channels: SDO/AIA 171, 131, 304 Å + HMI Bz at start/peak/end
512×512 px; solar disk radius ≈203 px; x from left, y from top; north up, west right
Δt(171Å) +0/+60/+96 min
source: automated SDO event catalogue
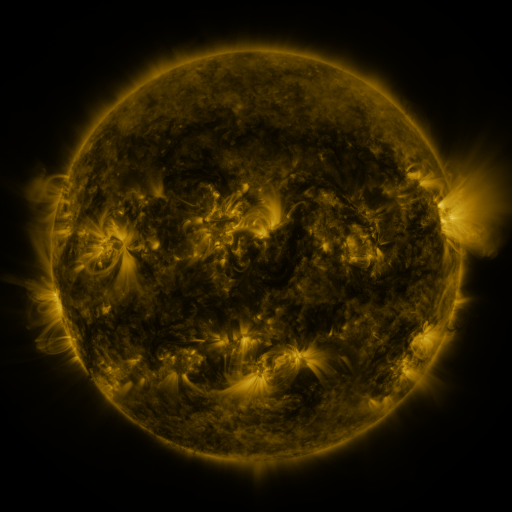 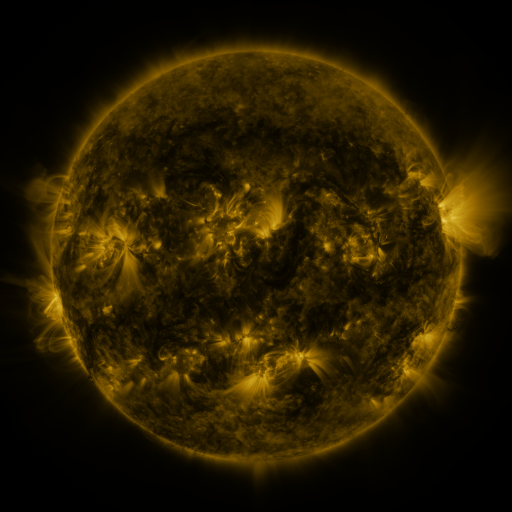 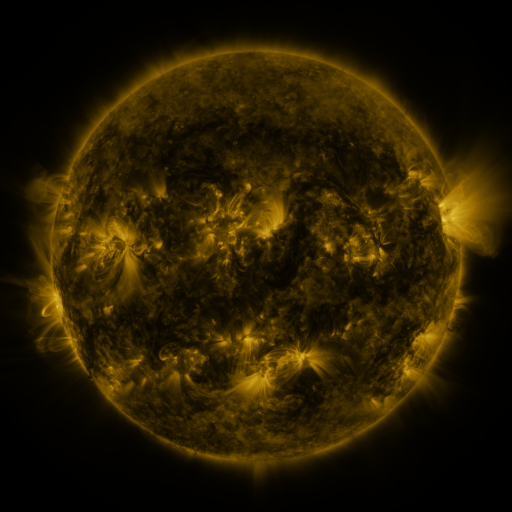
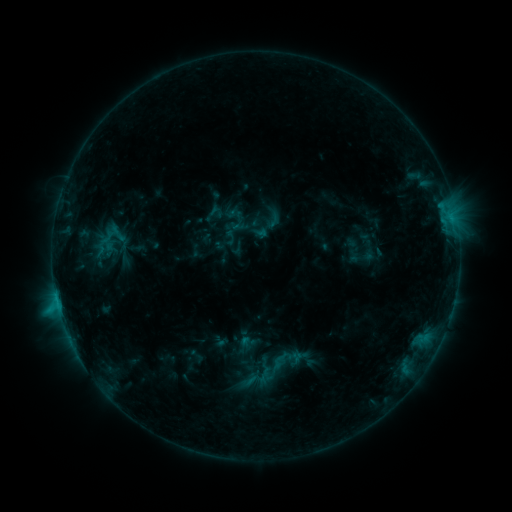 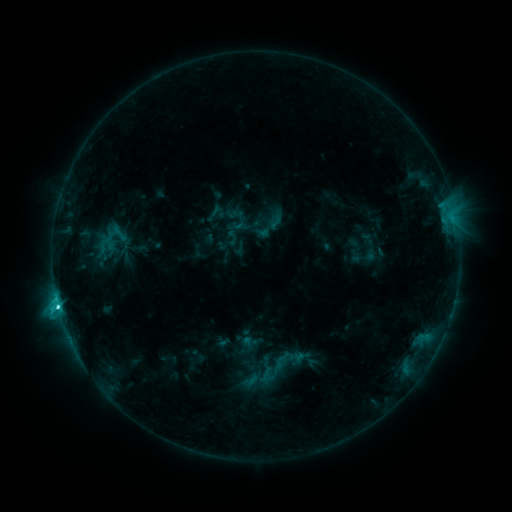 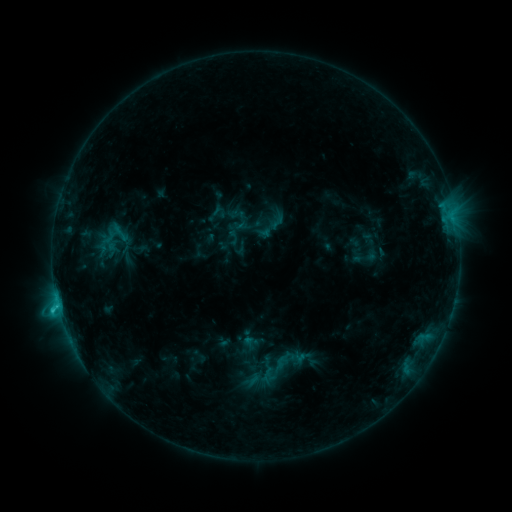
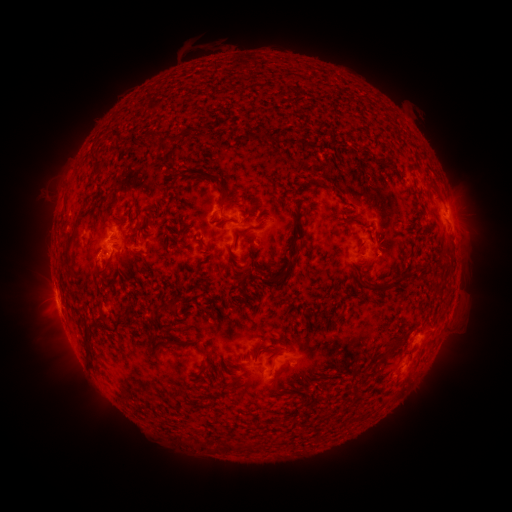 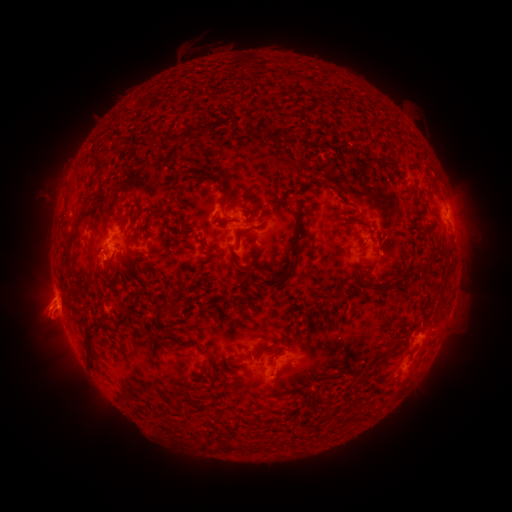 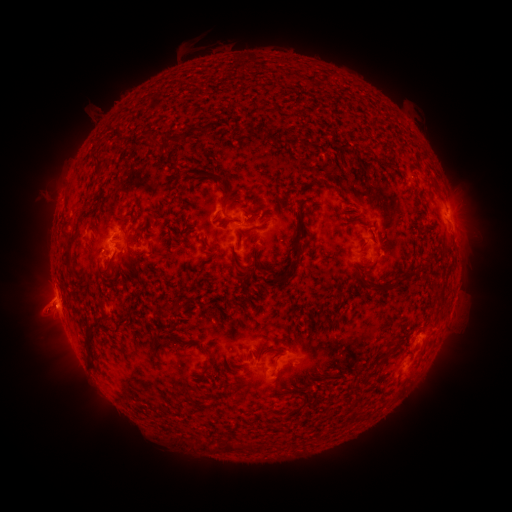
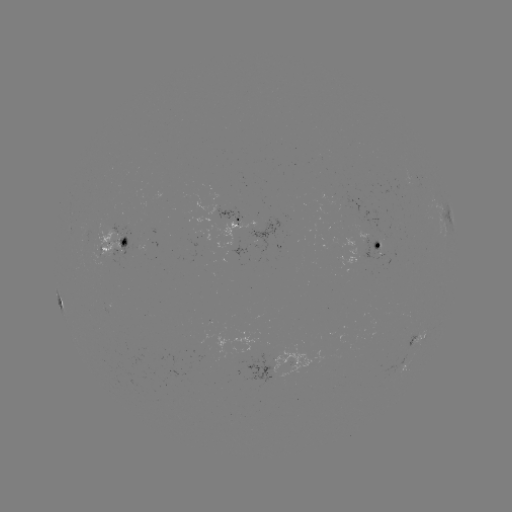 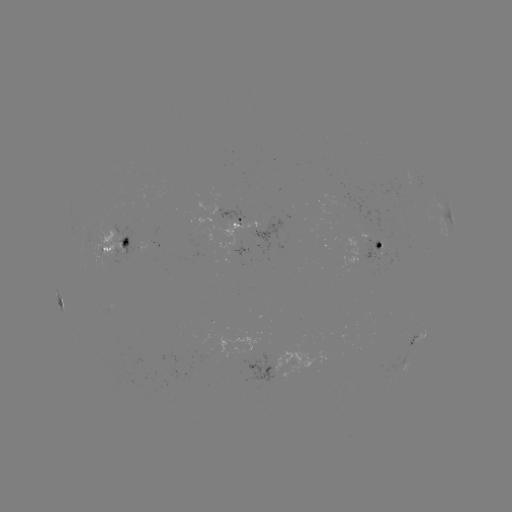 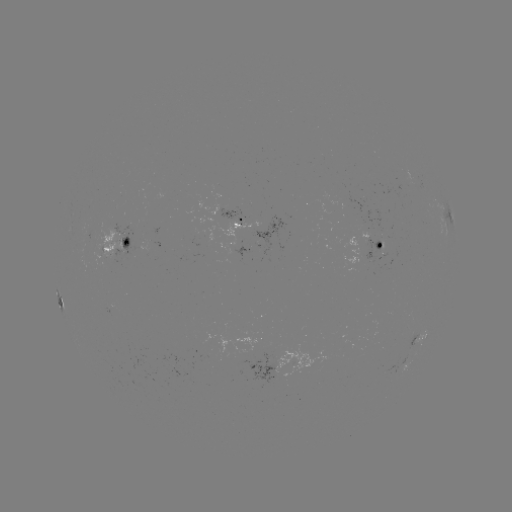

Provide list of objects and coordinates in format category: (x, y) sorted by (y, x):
emerging-flux region: (234, 254)
